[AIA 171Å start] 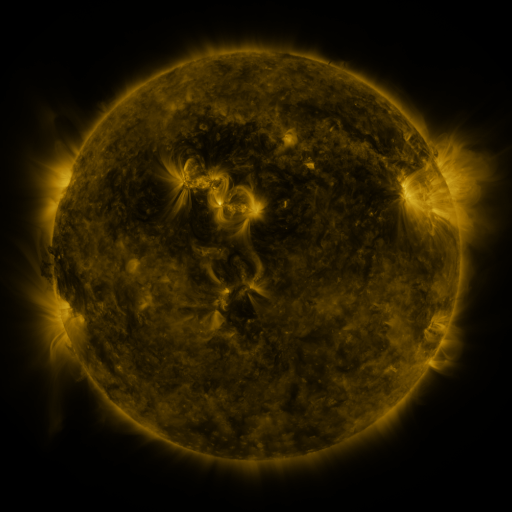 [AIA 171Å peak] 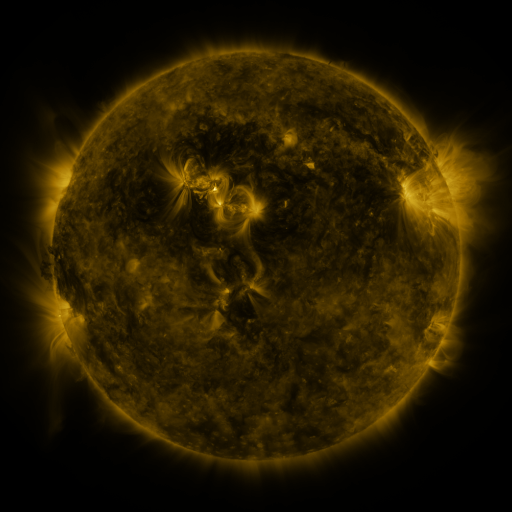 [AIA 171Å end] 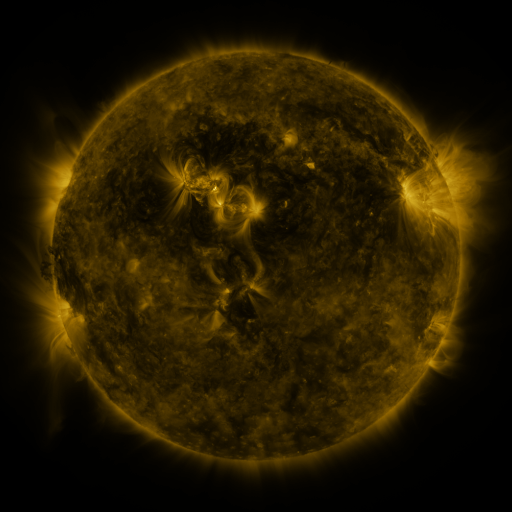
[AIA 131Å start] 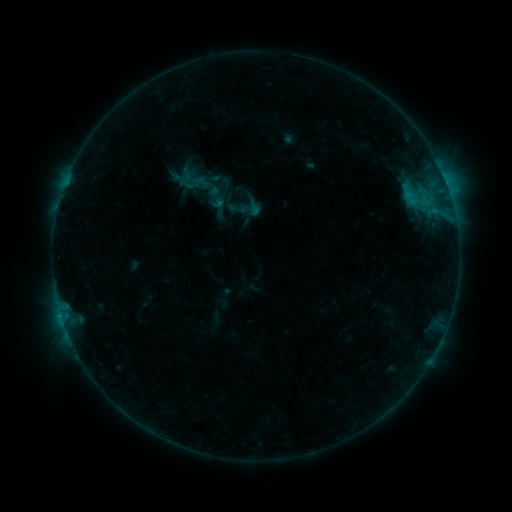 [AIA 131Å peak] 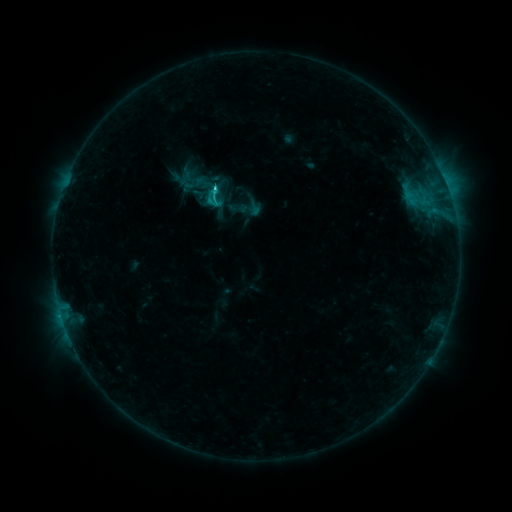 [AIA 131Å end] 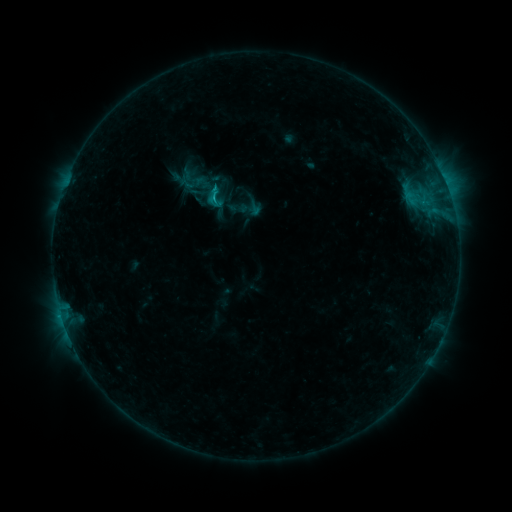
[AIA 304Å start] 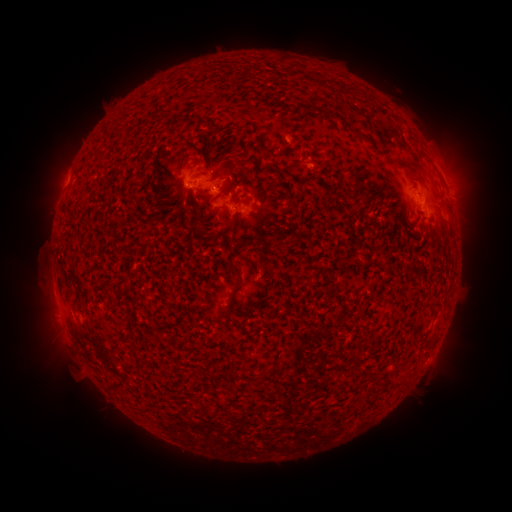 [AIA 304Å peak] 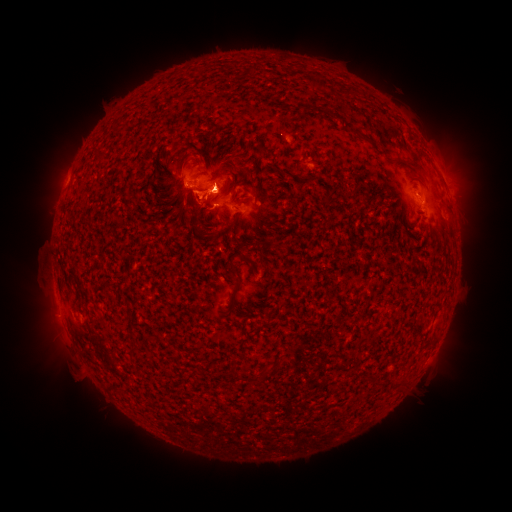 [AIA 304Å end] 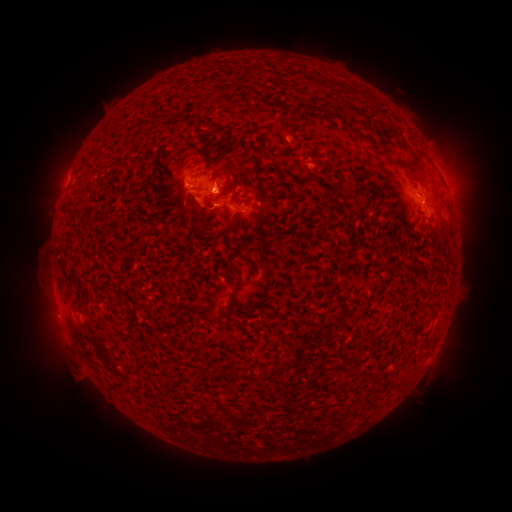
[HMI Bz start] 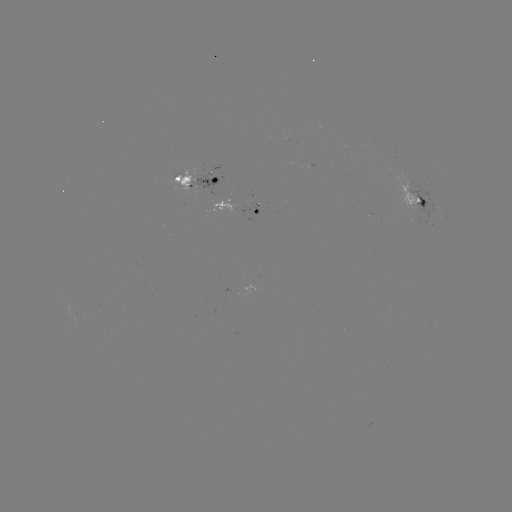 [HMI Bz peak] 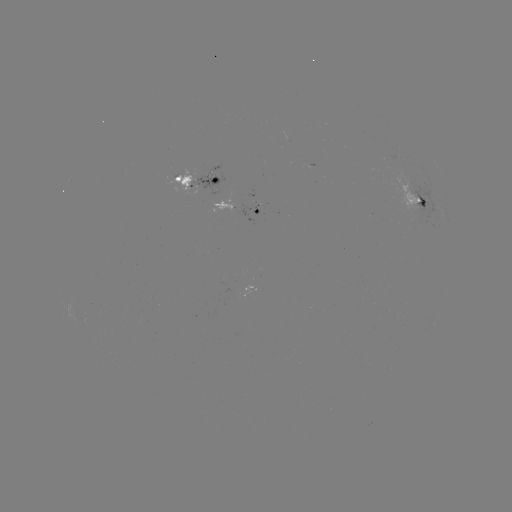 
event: flare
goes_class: C1.8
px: (214, 192)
